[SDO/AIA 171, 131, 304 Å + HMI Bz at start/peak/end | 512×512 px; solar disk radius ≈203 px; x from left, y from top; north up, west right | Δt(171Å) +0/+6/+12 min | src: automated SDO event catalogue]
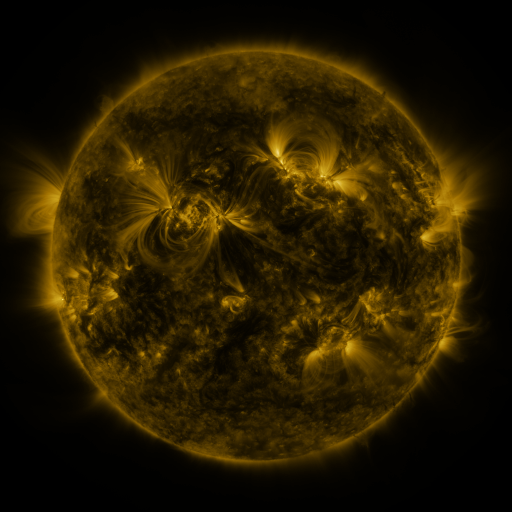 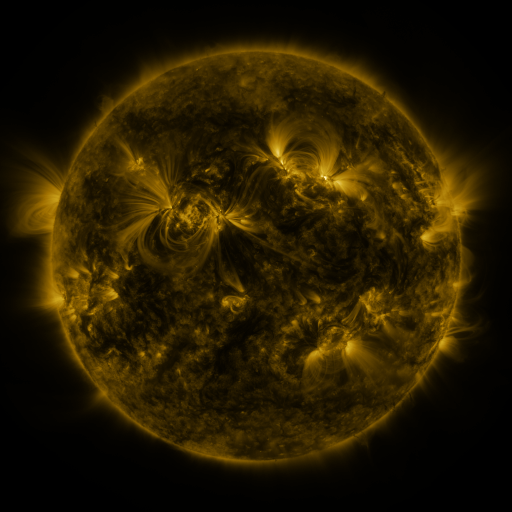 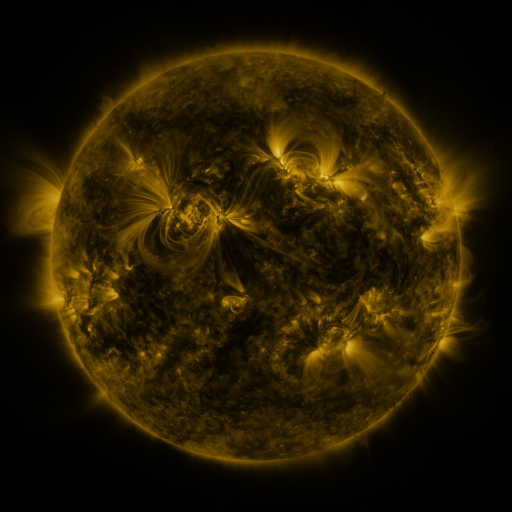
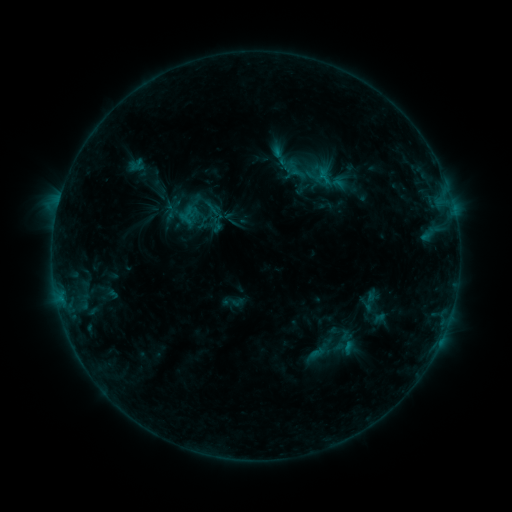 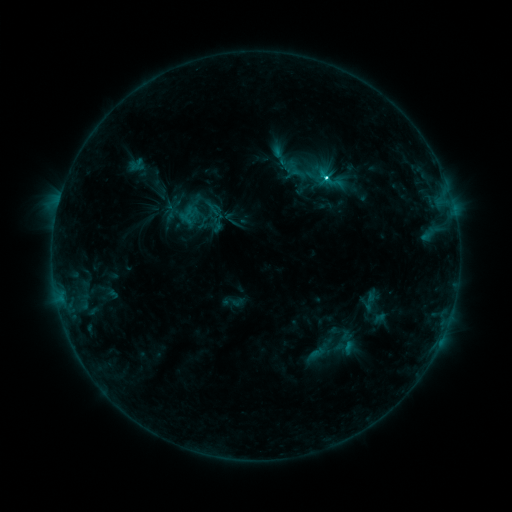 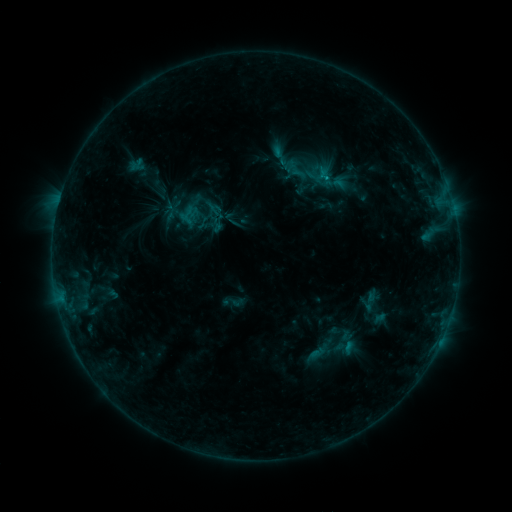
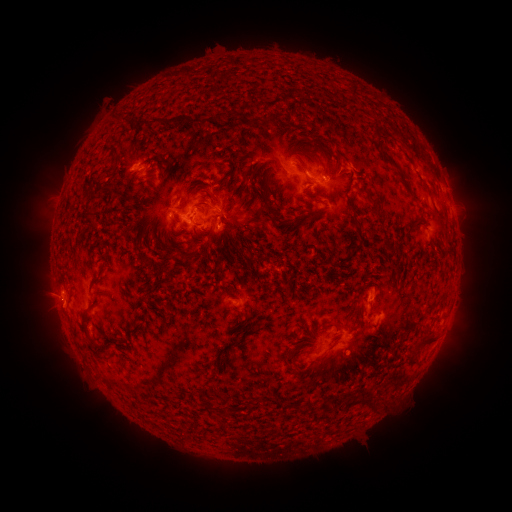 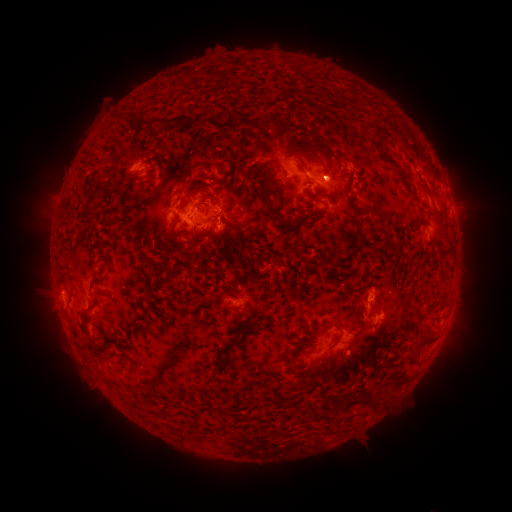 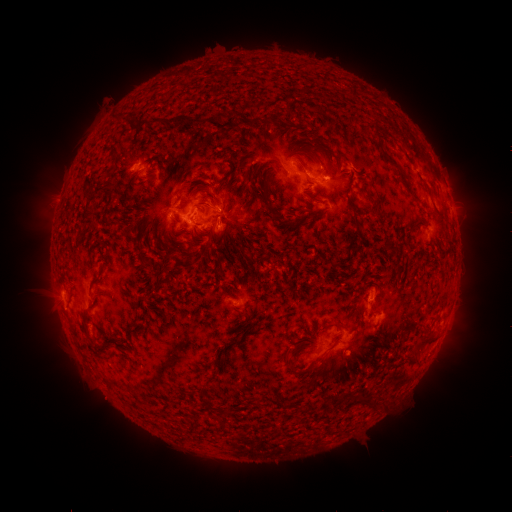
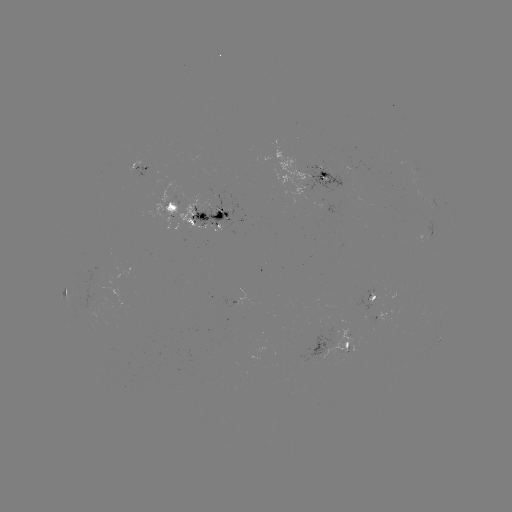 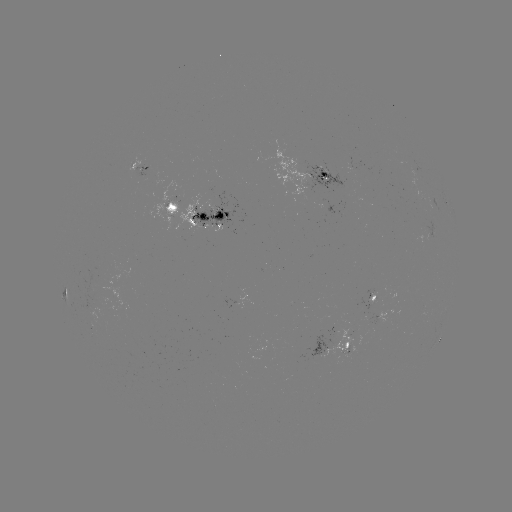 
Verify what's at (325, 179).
C2.7 flare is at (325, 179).